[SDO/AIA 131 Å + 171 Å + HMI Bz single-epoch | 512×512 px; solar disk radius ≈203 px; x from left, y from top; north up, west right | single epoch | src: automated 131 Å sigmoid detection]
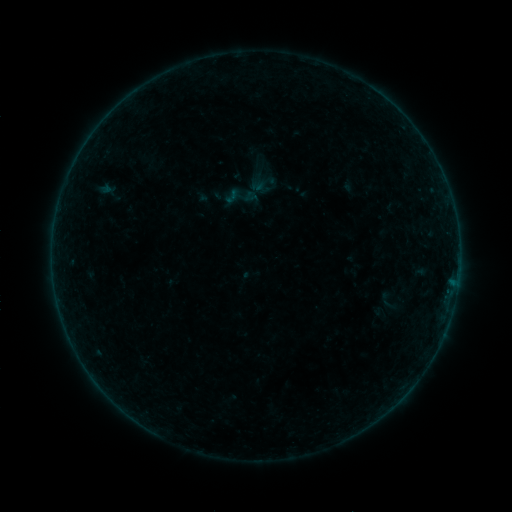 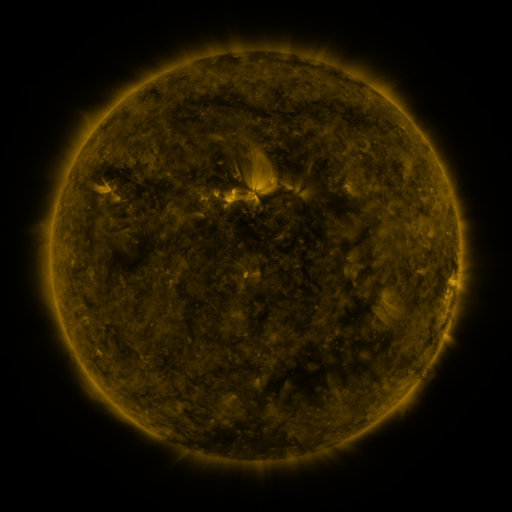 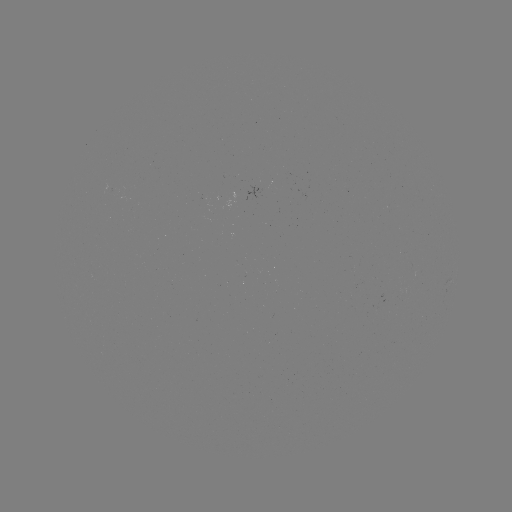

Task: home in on sigmoid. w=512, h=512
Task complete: (232, 196).